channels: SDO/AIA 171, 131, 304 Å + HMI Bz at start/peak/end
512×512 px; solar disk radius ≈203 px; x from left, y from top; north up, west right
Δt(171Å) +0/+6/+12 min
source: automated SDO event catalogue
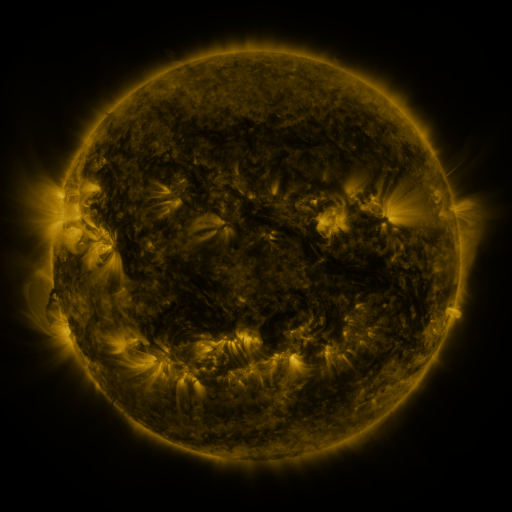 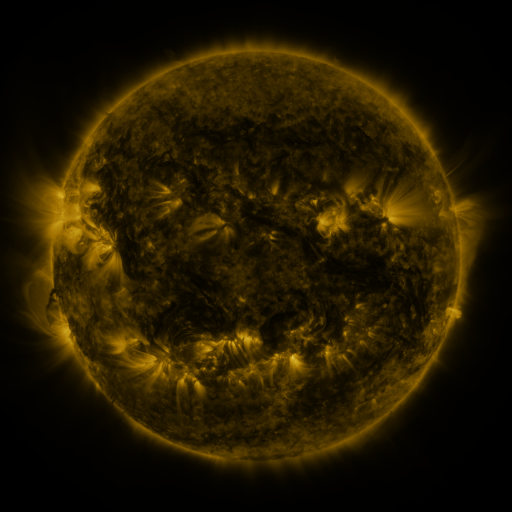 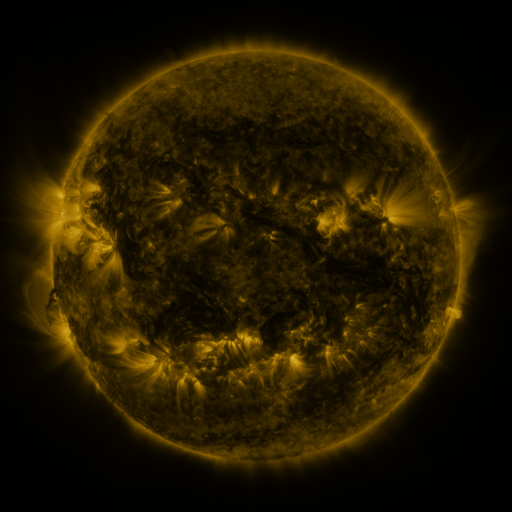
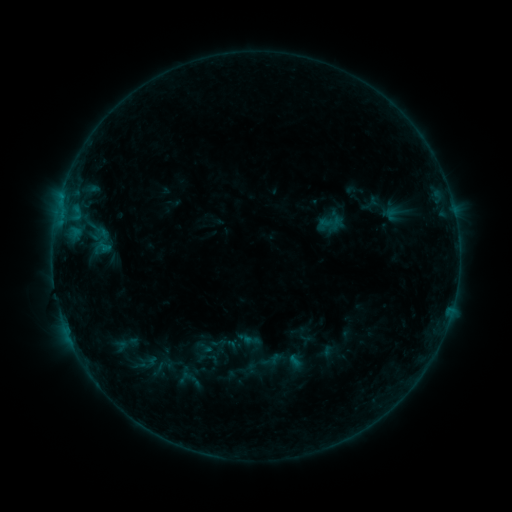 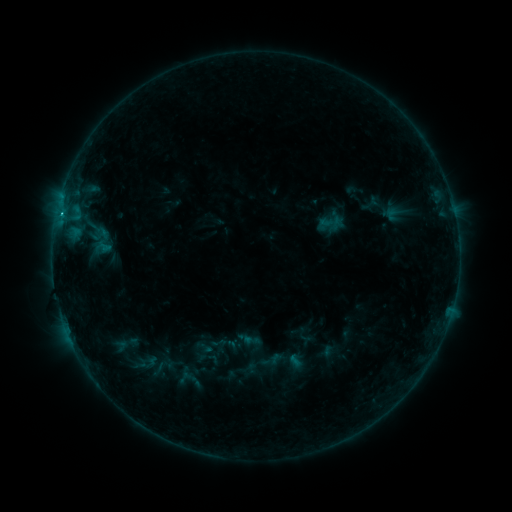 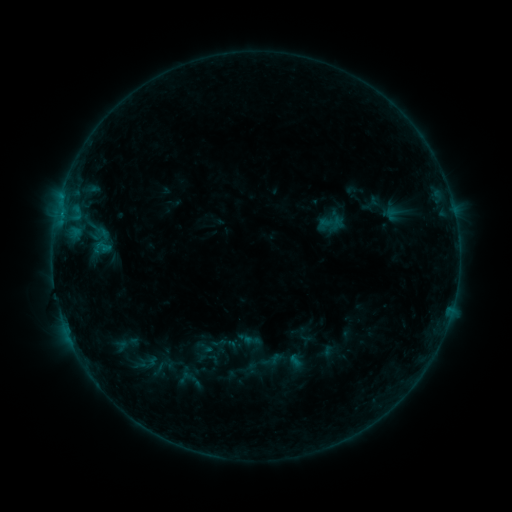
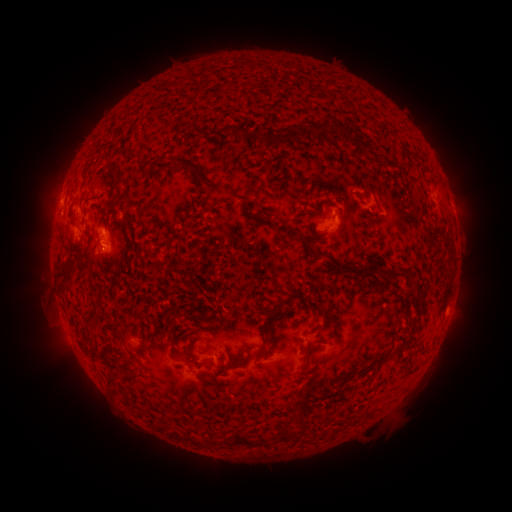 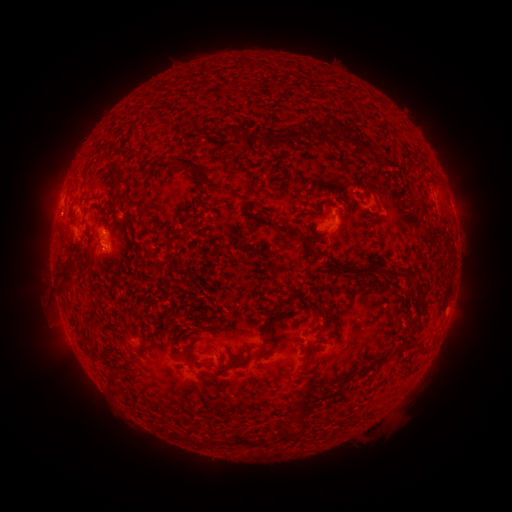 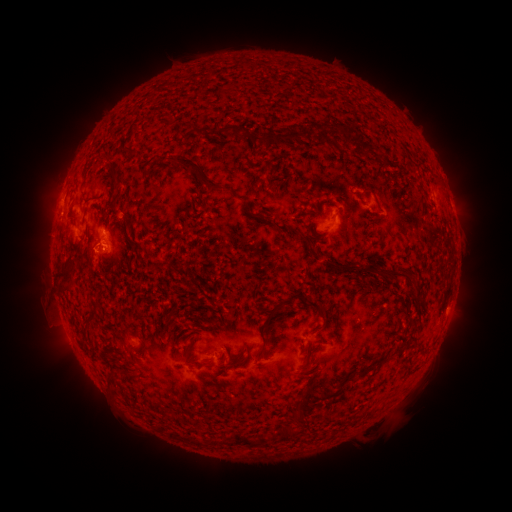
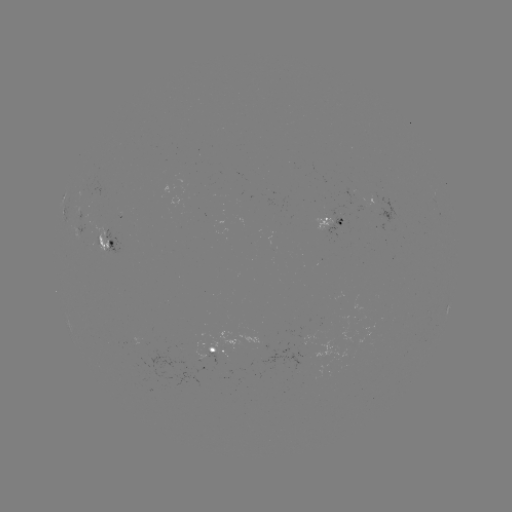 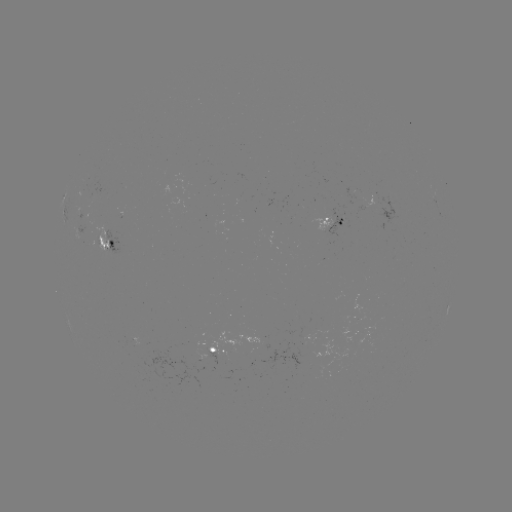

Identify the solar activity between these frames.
B5.6 flare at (61, 215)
